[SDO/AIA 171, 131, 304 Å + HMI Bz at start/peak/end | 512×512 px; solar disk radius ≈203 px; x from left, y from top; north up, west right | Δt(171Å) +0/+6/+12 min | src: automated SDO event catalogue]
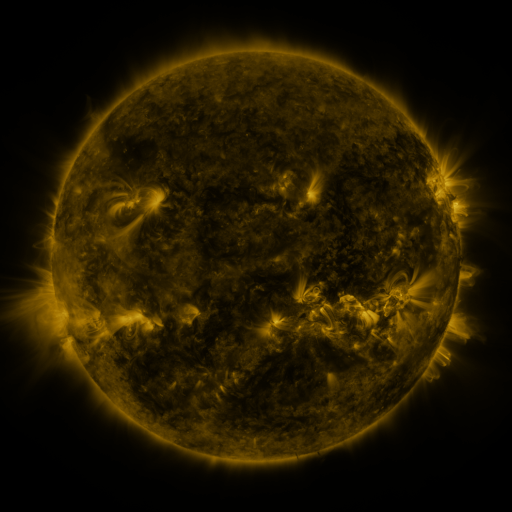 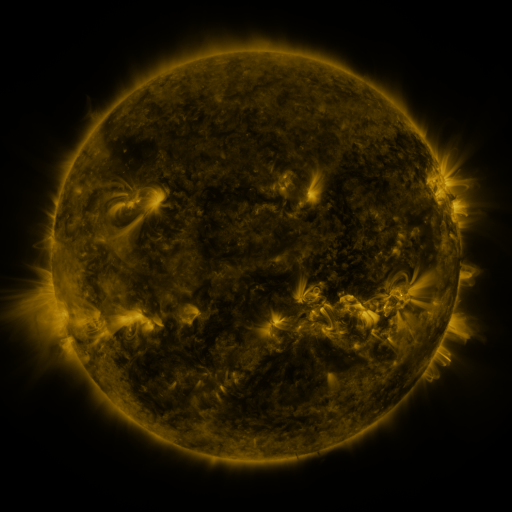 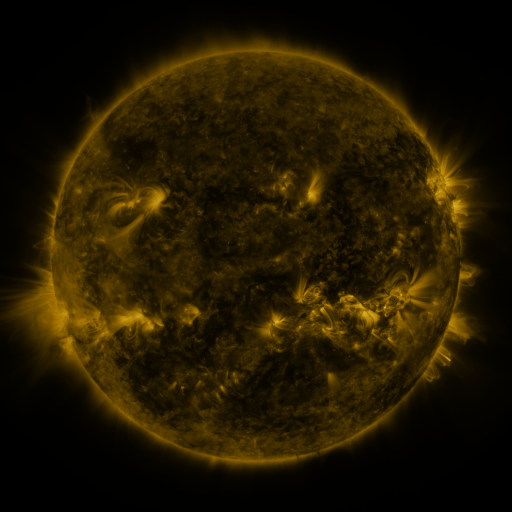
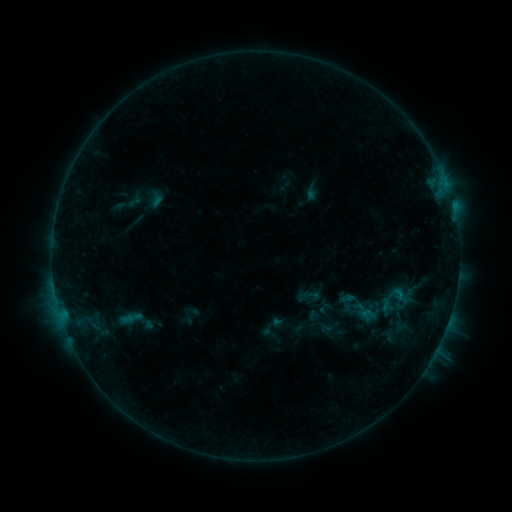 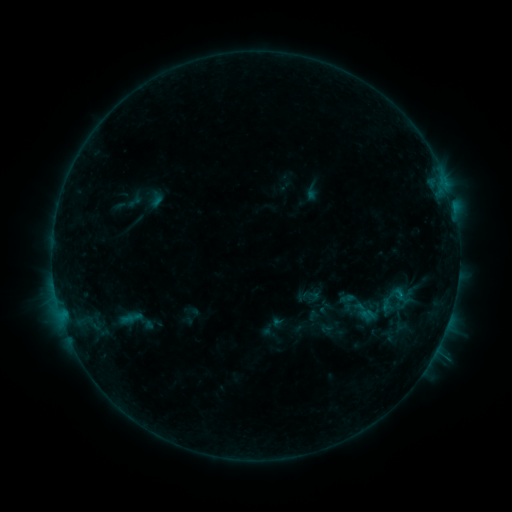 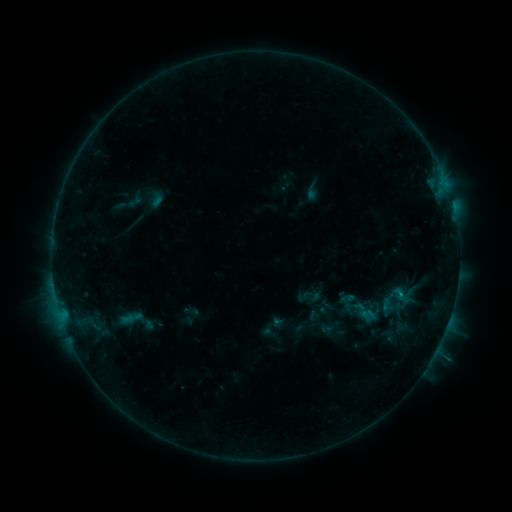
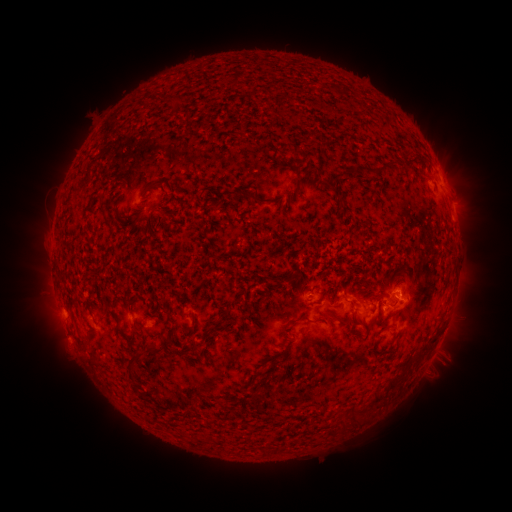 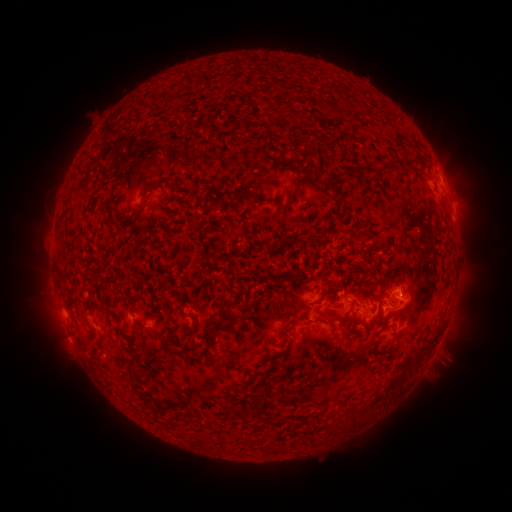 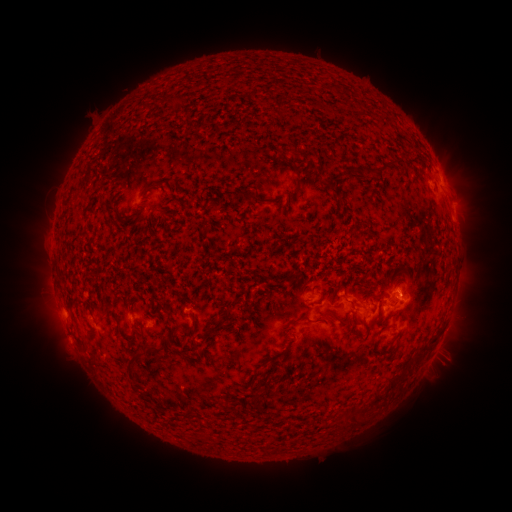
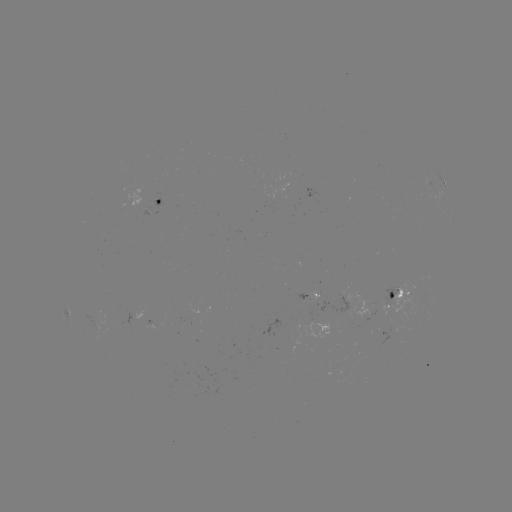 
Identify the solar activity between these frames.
B8.3 flare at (399, 294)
